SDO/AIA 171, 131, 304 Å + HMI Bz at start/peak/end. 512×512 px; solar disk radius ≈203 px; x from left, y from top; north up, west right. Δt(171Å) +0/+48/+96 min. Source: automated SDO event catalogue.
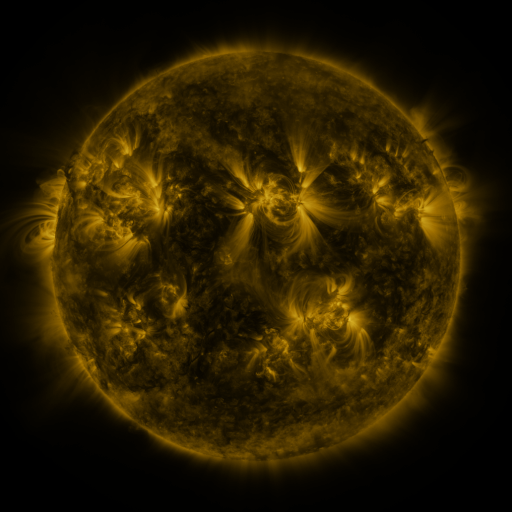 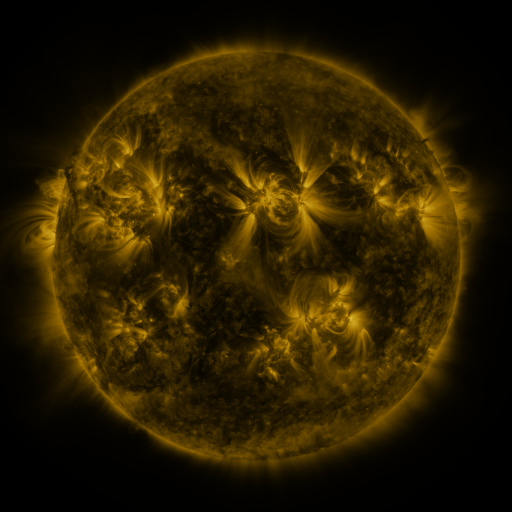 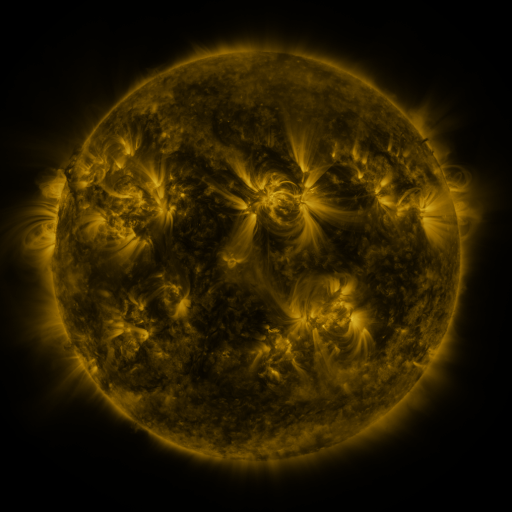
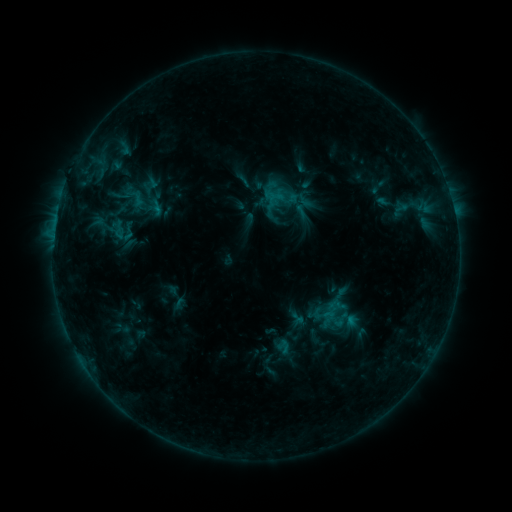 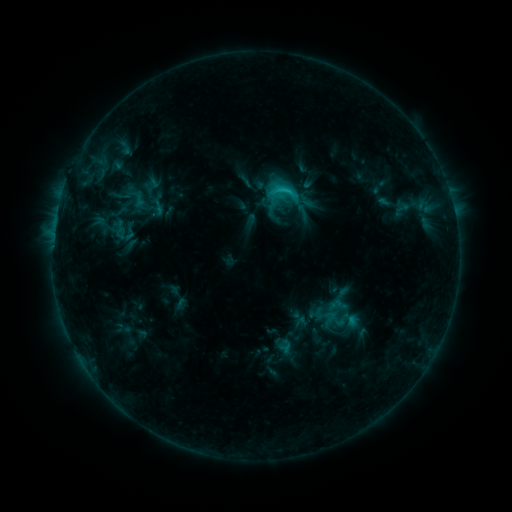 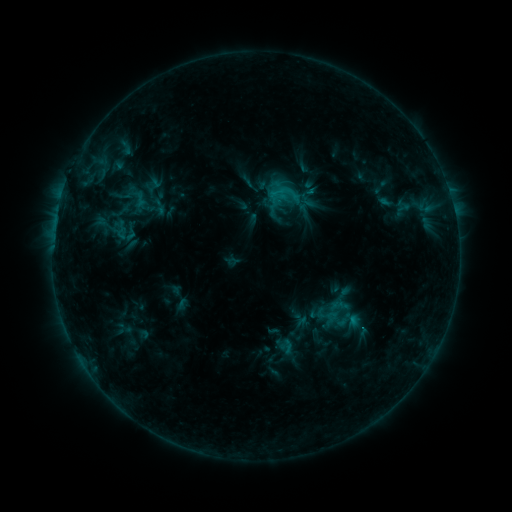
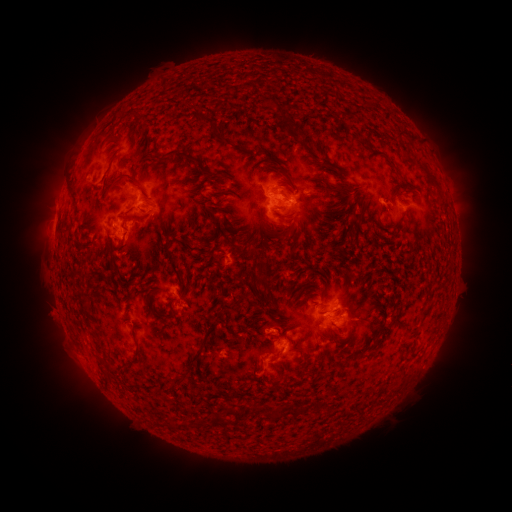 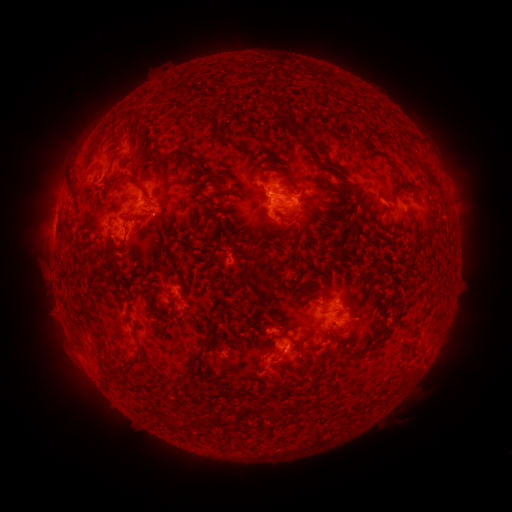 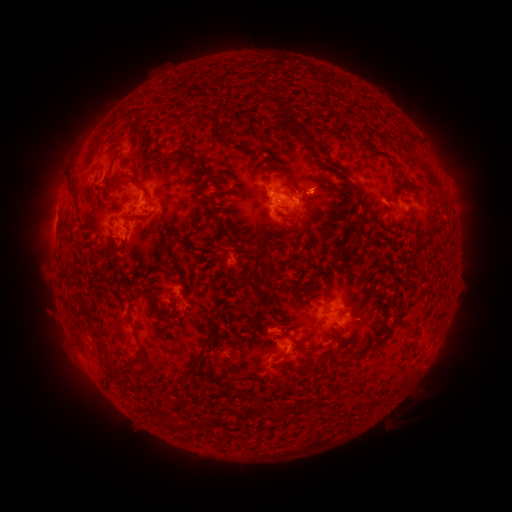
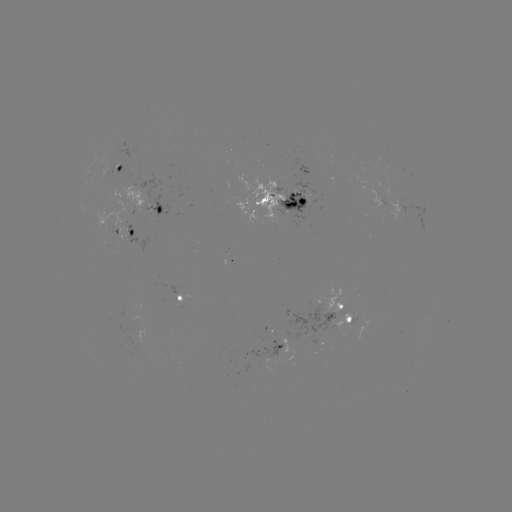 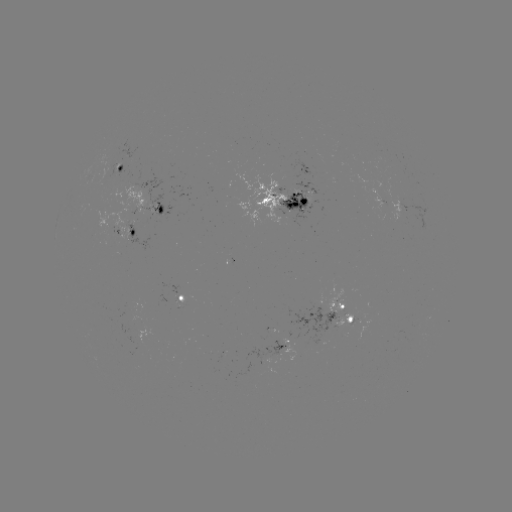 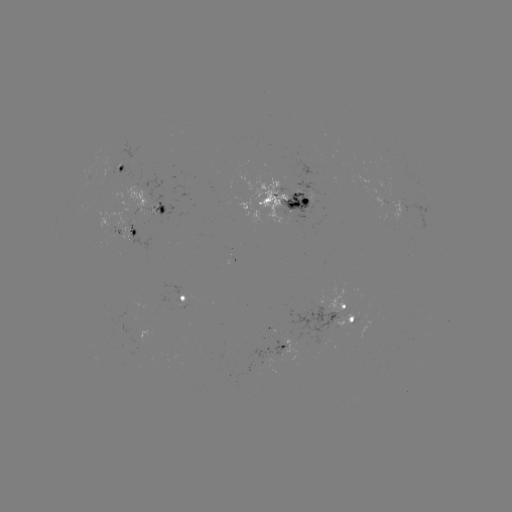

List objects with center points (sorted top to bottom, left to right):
C1.9 flare: (282, 191)
